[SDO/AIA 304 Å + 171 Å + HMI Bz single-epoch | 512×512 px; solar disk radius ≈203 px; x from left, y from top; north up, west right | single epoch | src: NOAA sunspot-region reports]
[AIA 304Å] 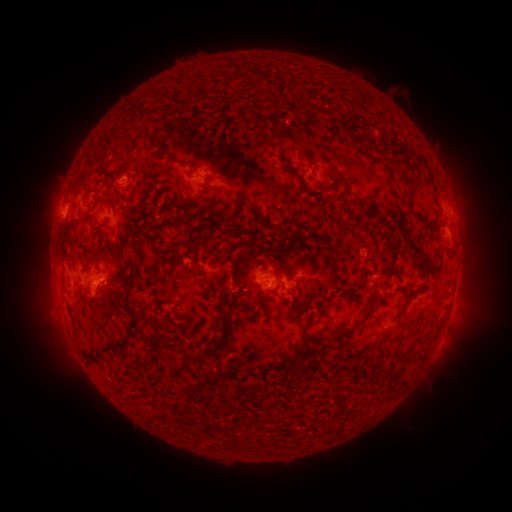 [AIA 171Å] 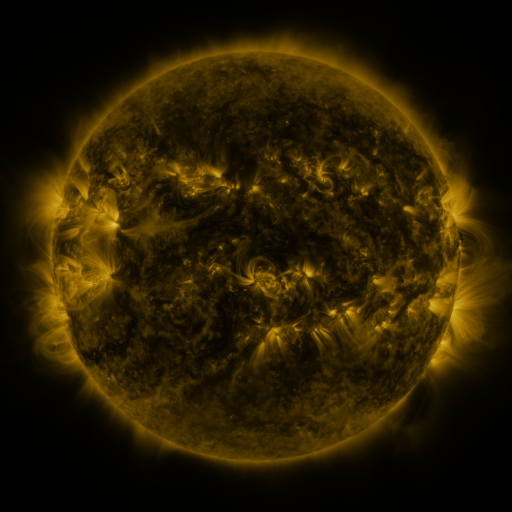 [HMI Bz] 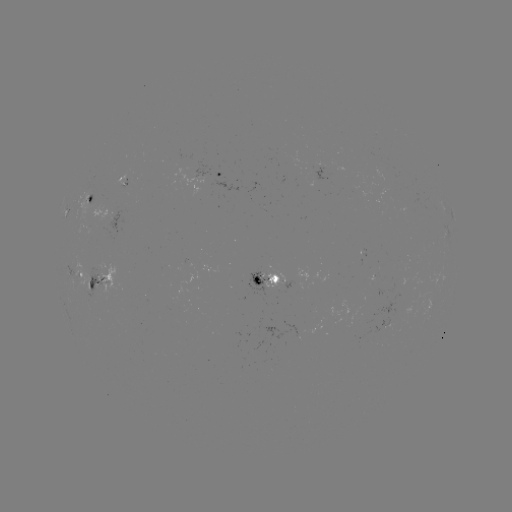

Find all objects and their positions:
spotted active region: (222, 175)
spotted active region: (126, 177)
spotted active region: (93, 197)
spotted active region: (451, 216)
spotted active region: (78, 273)
spotted active region: (102, 280)
spotted active region: (273, 282)
